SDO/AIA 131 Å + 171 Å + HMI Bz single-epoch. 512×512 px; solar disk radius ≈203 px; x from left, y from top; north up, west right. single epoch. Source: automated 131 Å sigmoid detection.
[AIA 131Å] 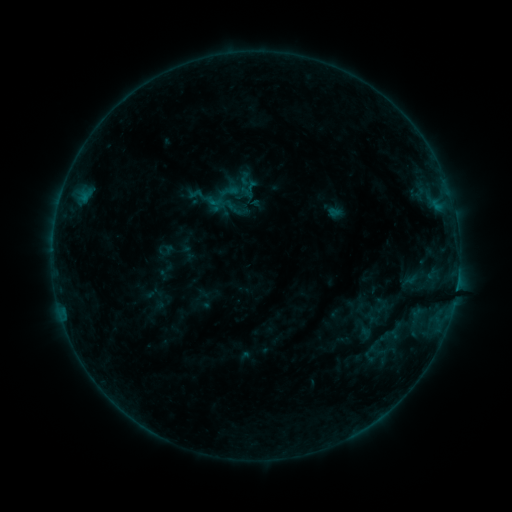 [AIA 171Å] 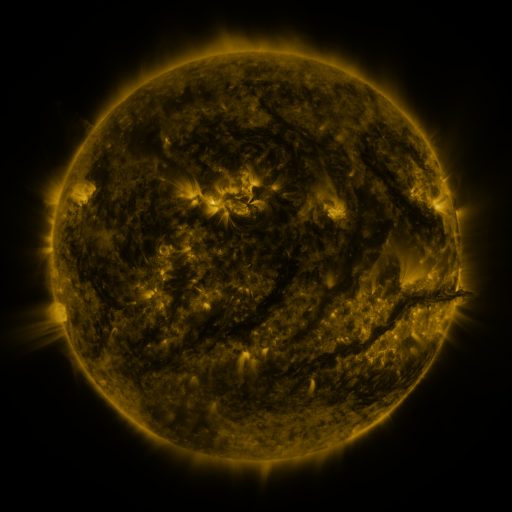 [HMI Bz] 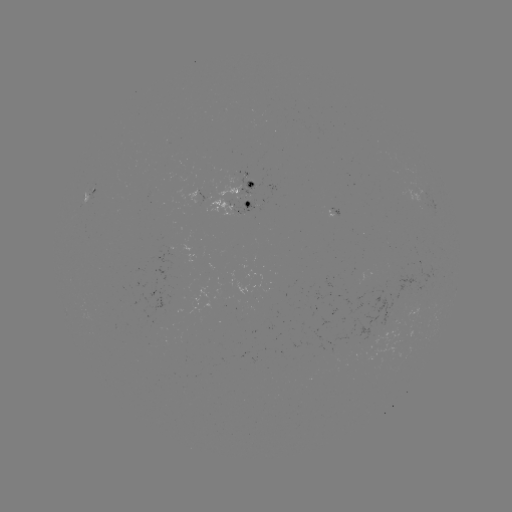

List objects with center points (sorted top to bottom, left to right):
sigmoid: <bbox>237, 171, 252, 186</bbox>
sigmoid: <bbox>204, 192, 223, 210</bbox>
